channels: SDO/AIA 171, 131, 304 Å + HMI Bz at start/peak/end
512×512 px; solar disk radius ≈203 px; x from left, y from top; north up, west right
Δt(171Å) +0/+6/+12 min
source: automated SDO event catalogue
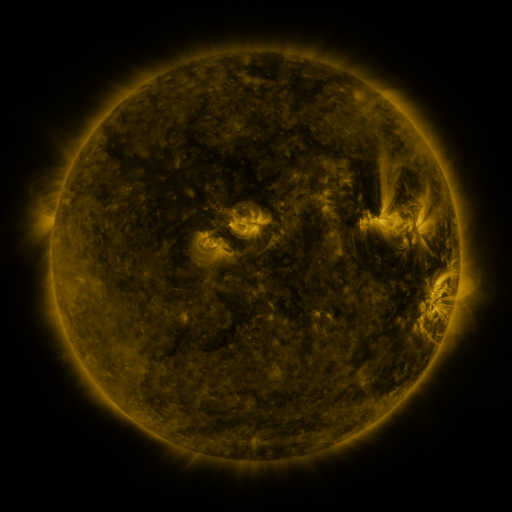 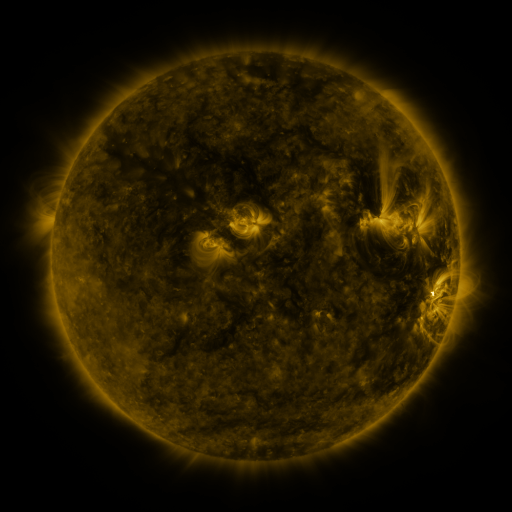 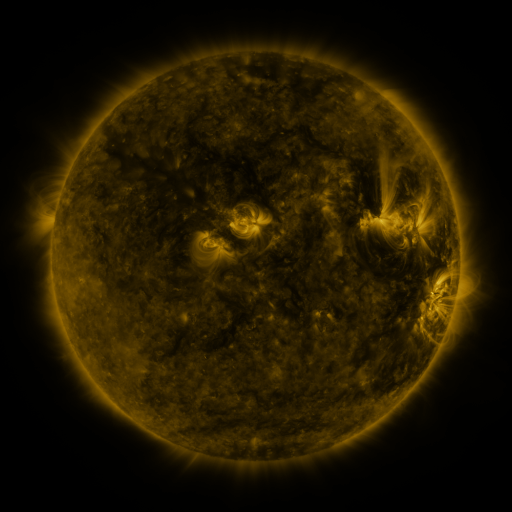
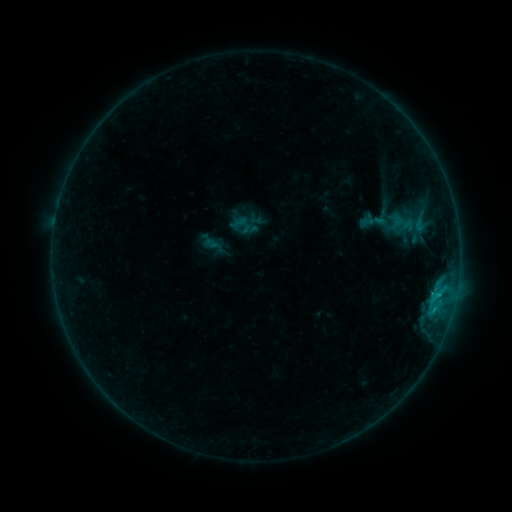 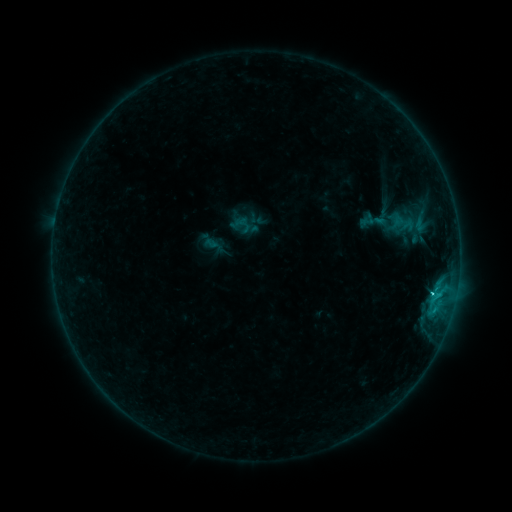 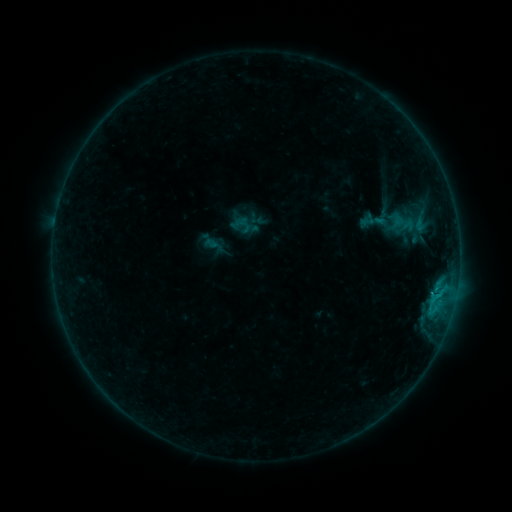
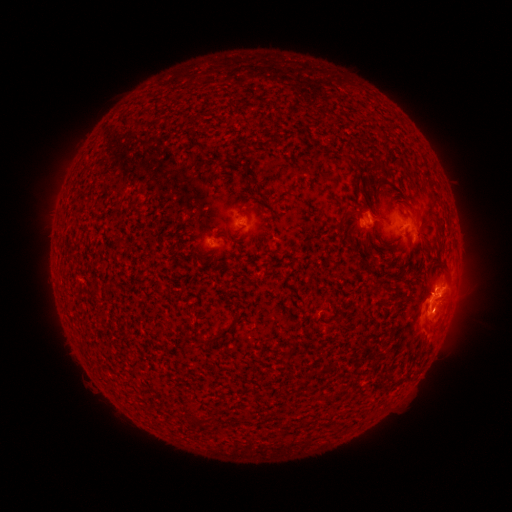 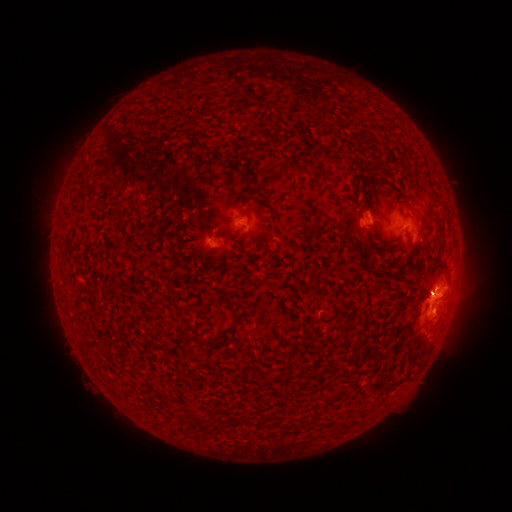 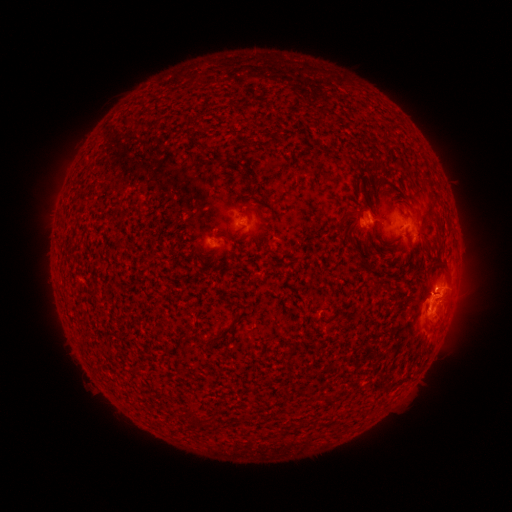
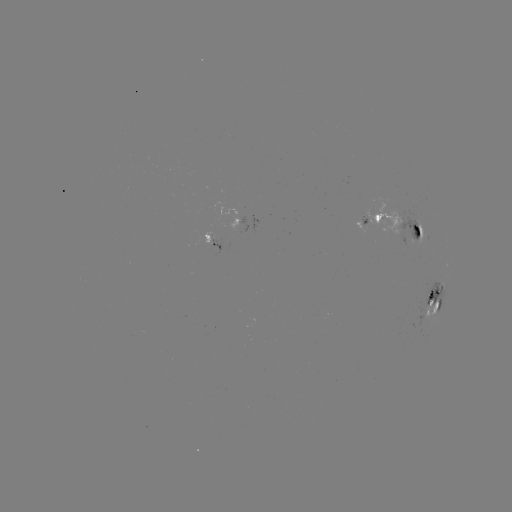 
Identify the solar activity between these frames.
C5.9 flare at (431, 293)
